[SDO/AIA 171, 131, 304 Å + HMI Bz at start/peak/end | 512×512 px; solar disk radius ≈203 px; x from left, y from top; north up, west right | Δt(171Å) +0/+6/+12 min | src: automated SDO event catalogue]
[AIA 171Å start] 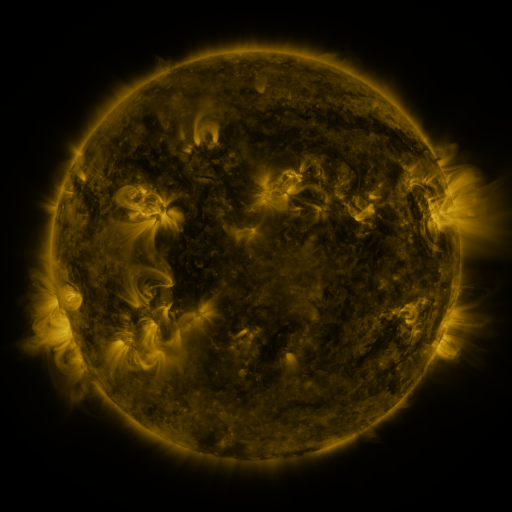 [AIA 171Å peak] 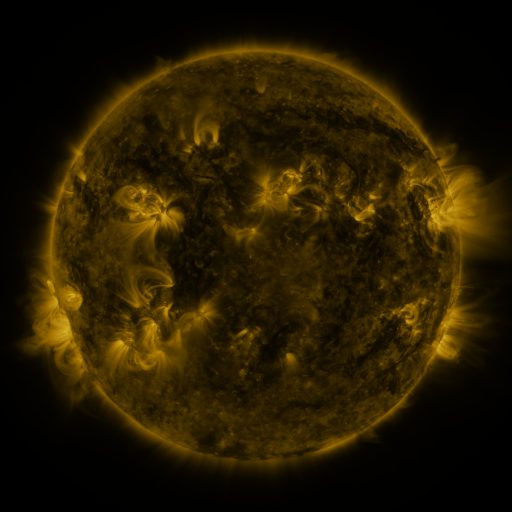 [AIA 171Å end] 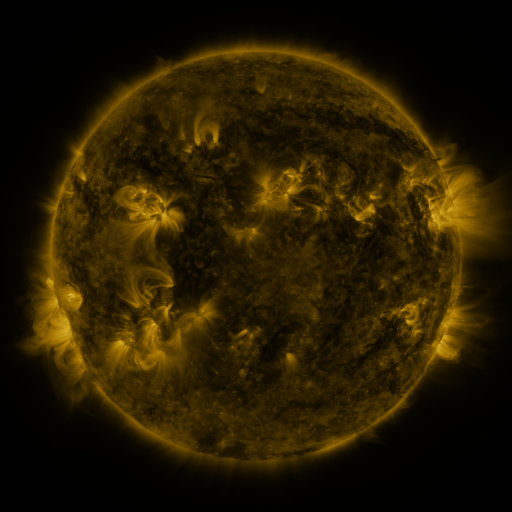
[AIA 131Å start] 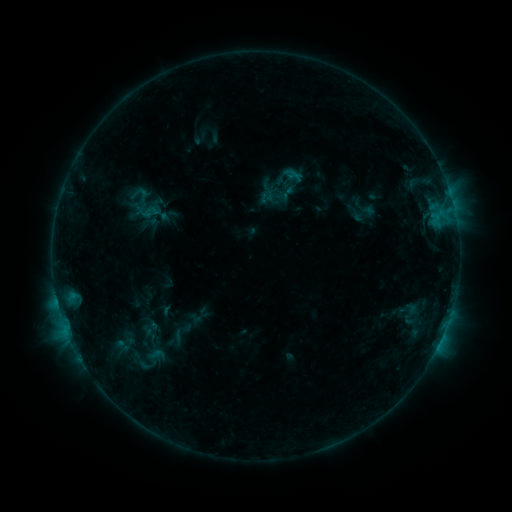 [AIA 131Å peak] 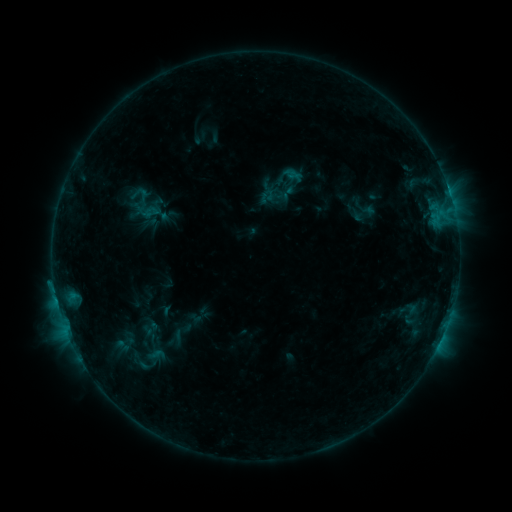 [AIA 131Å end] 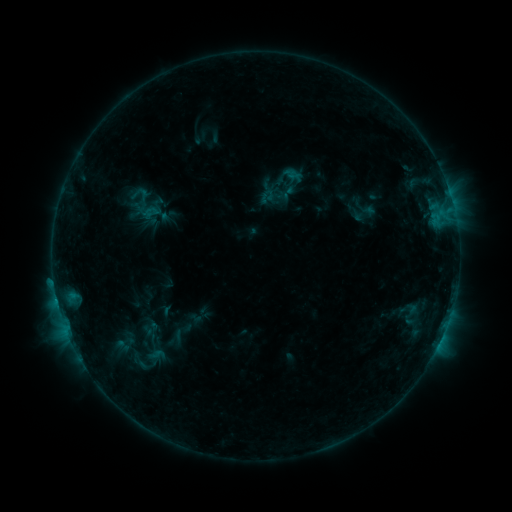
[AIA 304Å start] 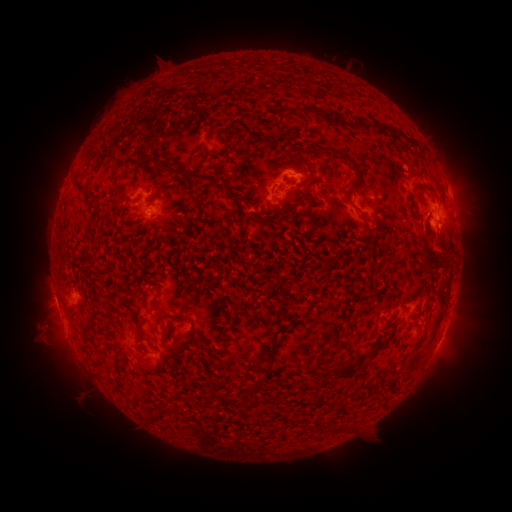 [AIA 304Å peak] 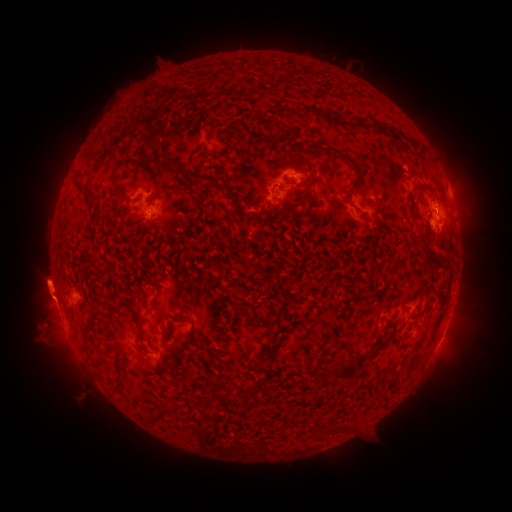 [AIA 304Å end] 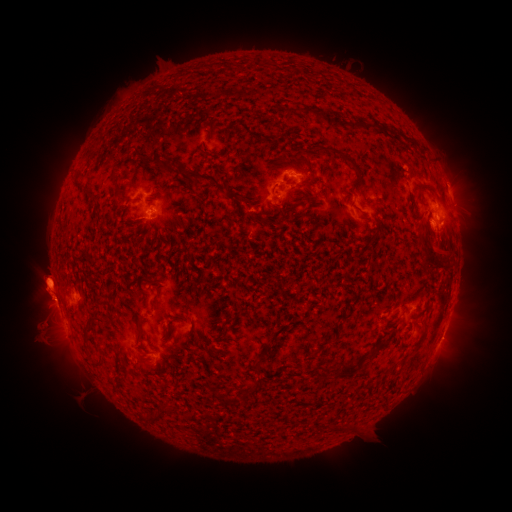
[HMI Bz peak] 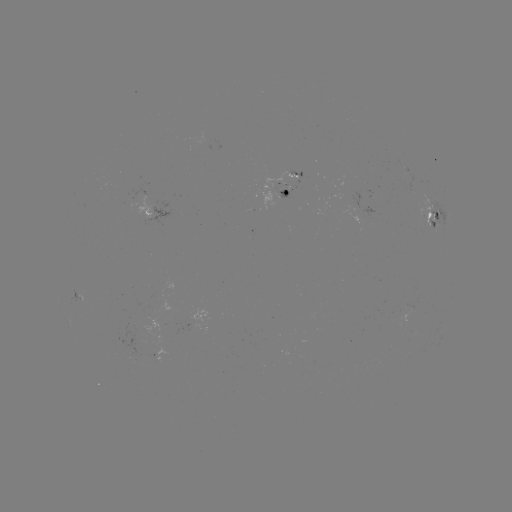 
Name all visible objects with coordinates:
eruption: (45, 286)
